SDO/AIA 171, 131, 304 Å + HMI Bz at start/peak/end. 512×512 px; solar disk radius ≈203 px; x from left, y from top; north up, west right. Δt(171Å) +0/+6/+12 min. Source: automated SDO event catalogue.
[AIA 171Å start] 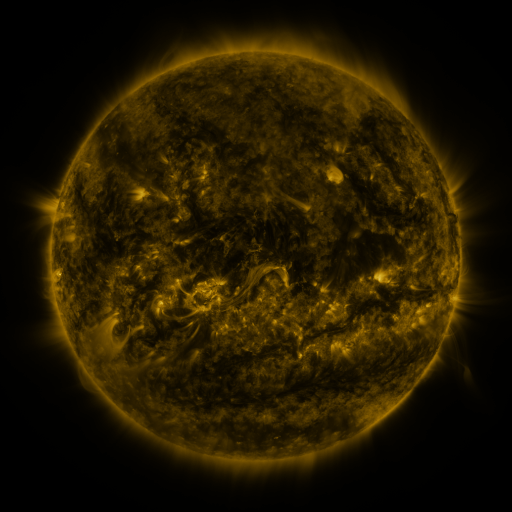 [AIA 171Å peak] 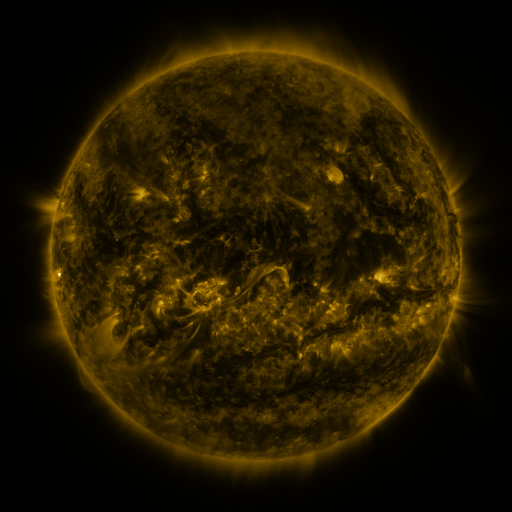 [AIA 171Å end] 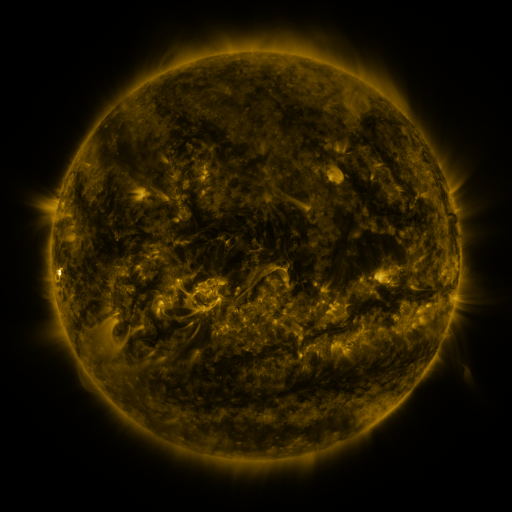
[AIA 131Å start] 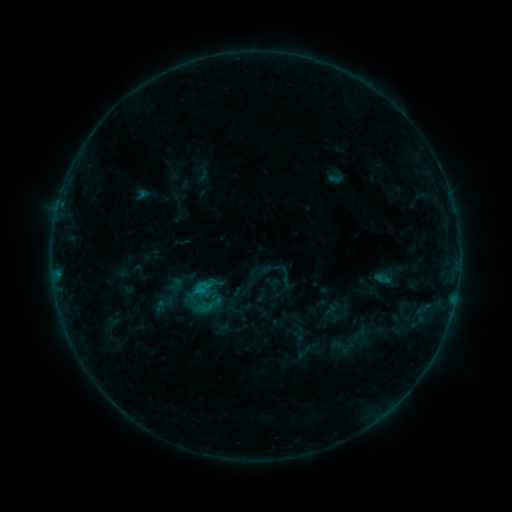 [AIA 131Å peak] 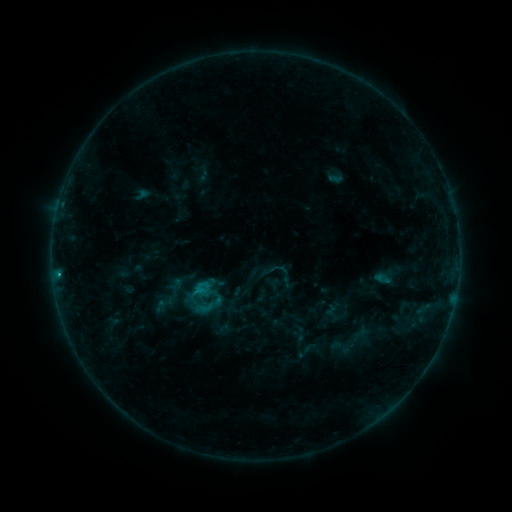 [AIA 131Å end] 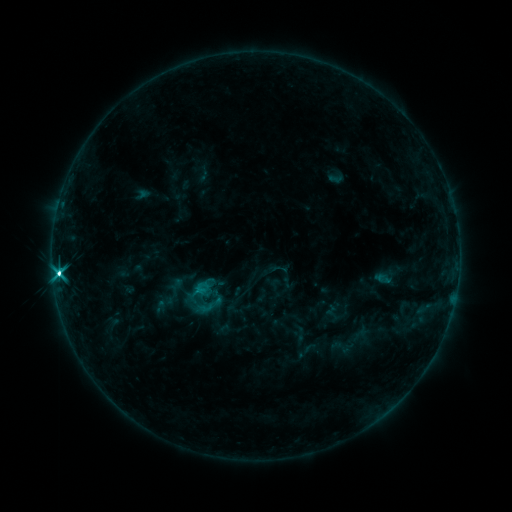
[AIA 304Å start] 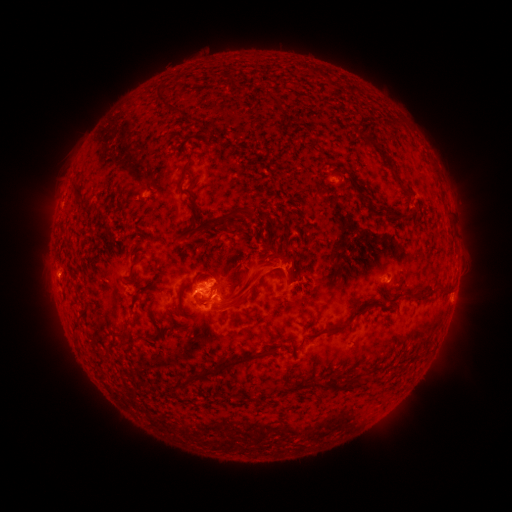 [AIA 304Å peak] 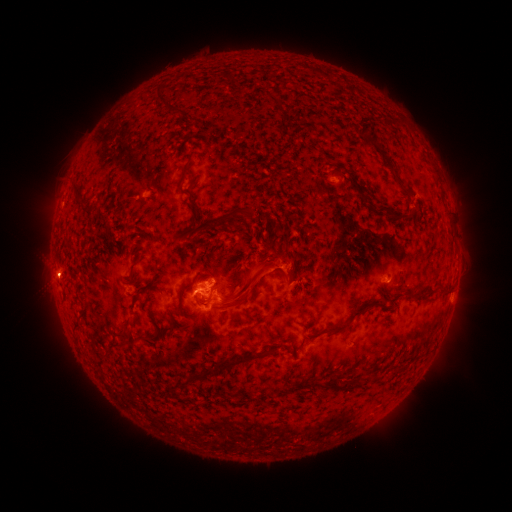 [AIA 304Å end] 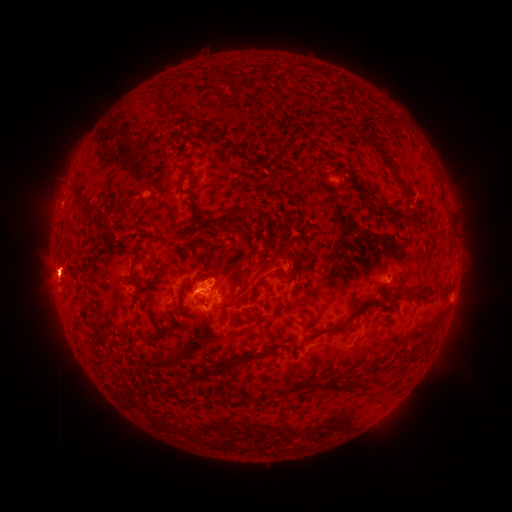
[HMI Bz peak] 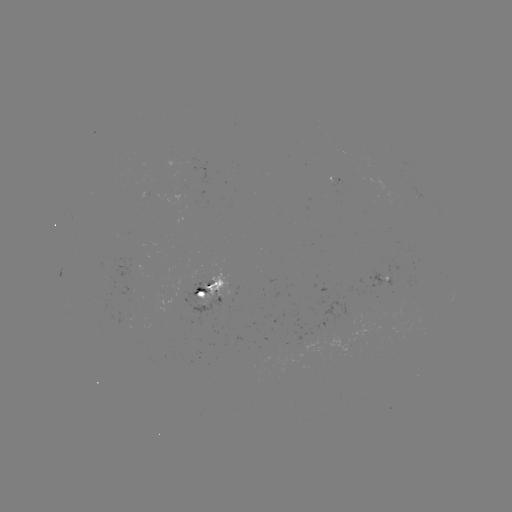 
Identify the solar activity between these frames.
eruption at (57, 274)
